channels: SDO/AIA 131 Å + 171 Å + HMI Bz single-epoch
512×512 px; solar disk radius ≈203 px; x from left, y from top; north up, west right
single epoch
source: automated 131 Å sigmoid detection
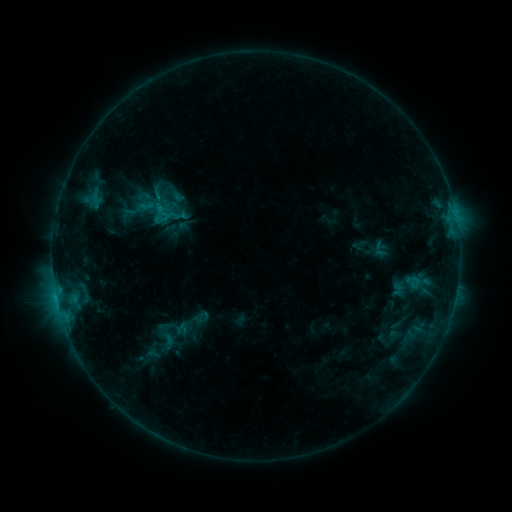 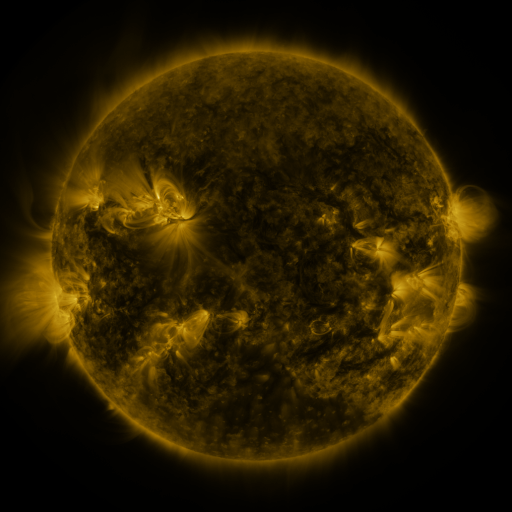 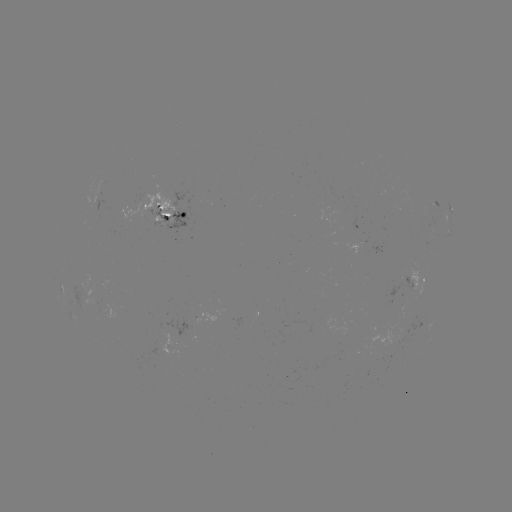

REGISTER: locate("sigmoid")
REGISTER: [162, 211]